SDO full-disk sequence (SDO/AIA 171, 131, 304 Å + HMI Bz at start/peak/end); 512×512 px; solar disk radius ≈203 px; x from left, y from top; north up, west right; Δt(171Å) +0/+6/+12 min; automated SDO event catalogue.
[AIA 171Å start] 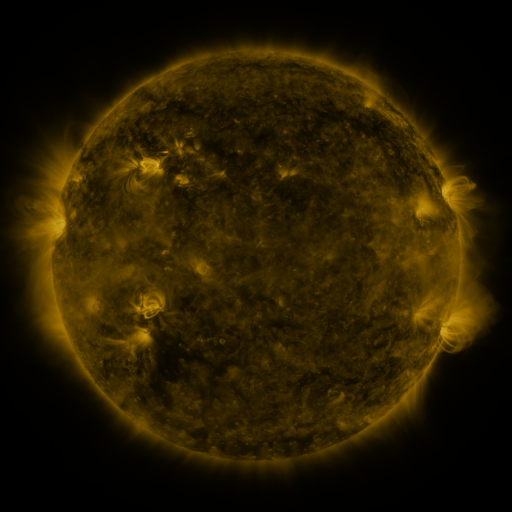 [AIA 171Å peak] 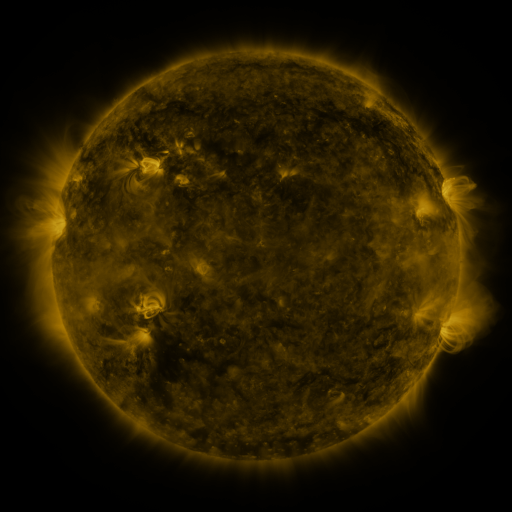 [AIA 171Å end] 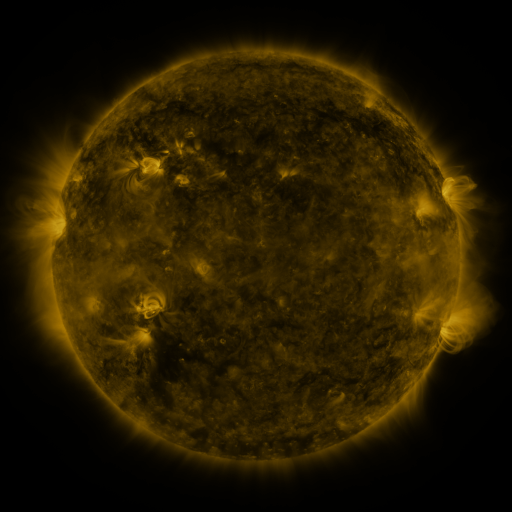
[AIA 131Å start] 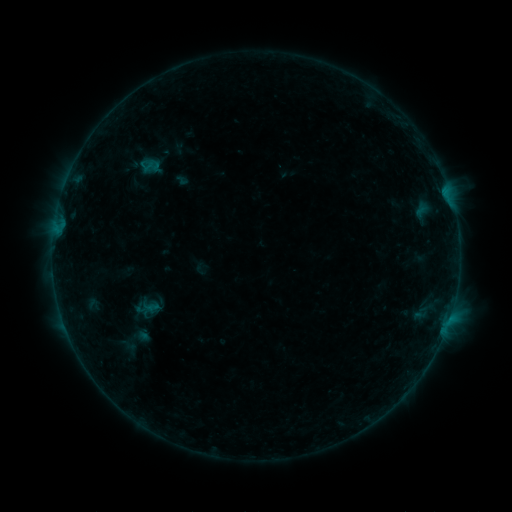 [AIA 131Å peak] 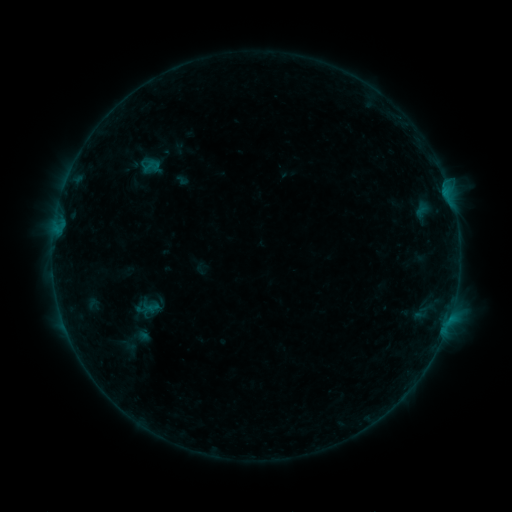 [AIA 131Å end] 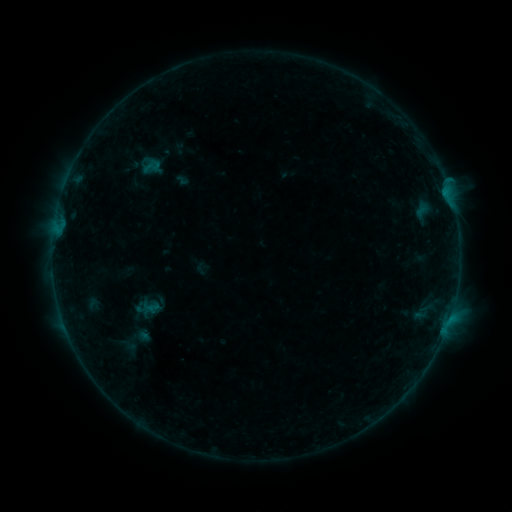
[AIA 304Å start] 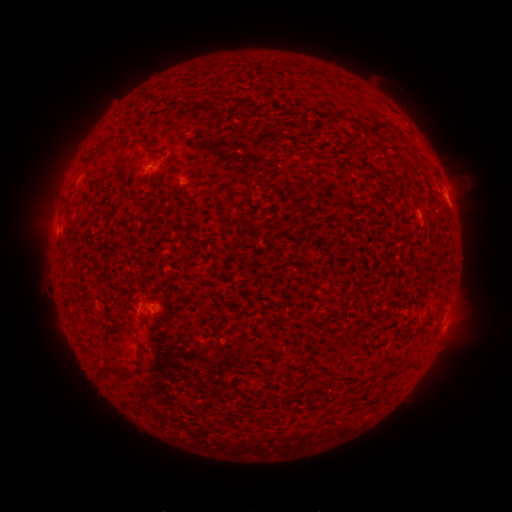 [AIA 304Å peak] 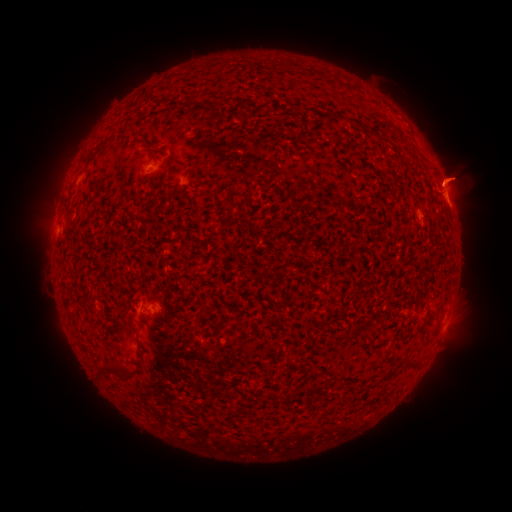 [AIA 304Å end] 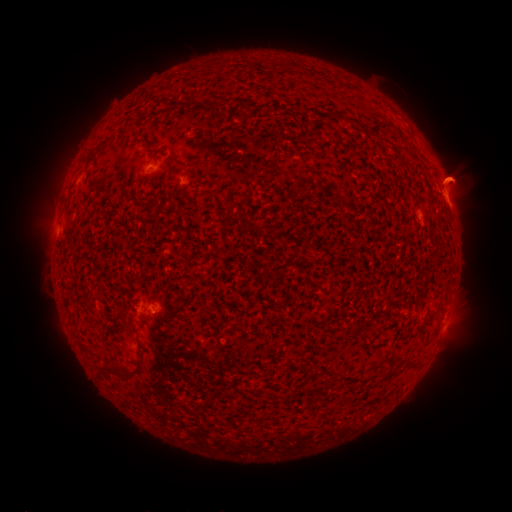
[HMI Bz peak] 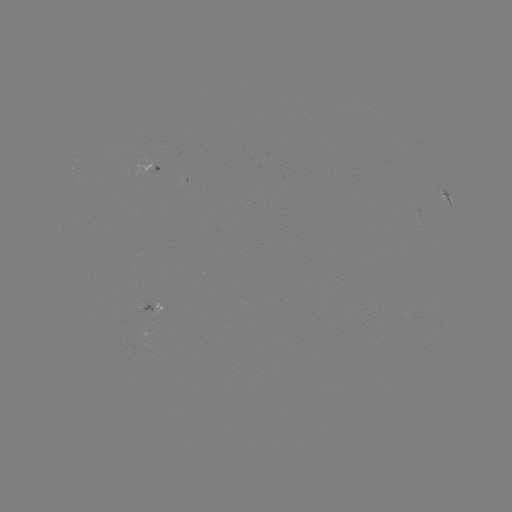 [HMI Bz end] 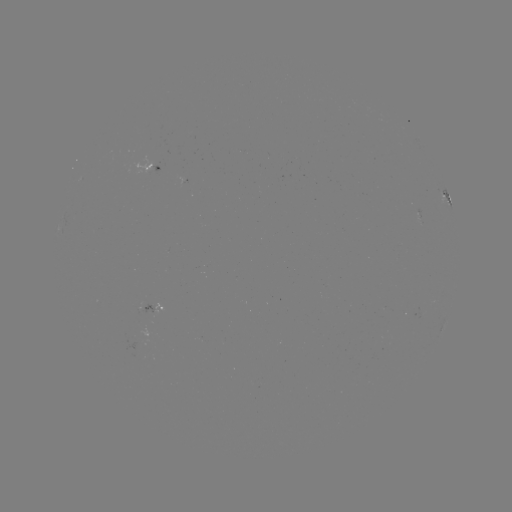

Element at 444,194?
B3.2 flare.